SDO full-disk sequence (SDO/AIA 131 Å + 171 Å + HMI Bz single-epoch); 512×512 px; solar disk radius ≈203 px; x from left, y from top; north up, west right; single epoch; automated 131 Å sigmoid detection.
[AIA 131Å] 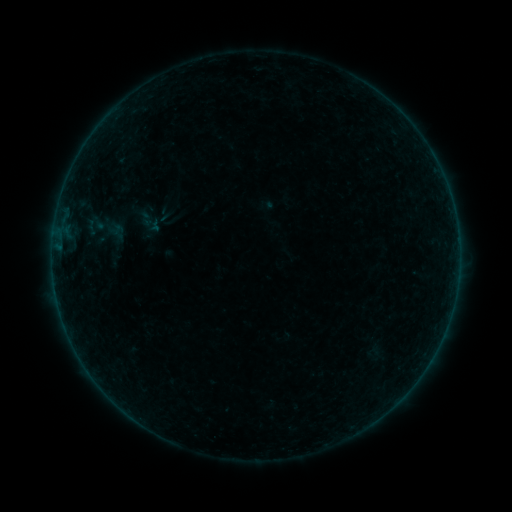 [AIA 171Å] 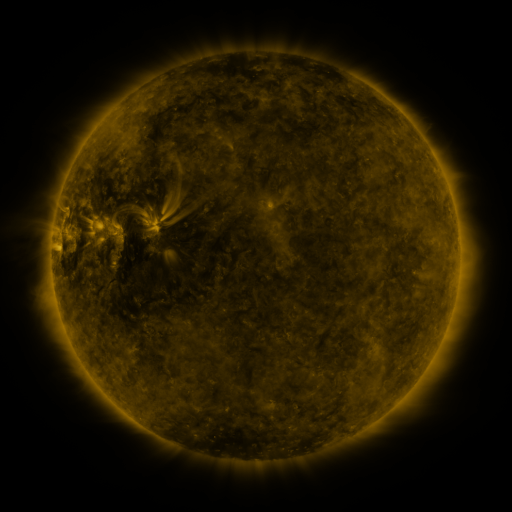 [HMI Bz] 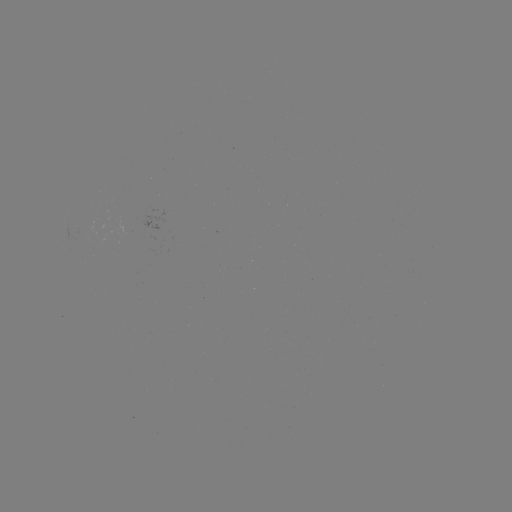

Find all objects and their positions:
sigmoid: <bbox>81, 204, 129, 251</bbox>
